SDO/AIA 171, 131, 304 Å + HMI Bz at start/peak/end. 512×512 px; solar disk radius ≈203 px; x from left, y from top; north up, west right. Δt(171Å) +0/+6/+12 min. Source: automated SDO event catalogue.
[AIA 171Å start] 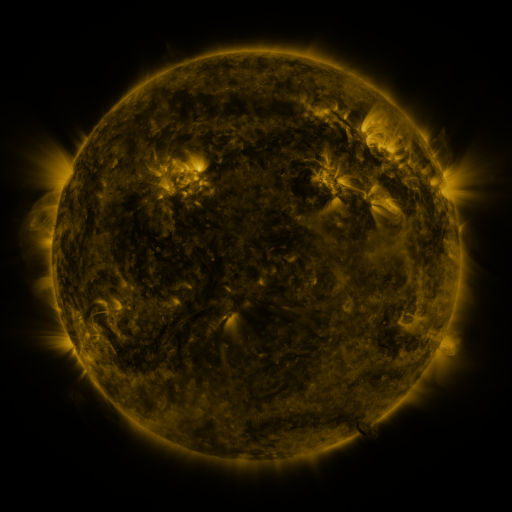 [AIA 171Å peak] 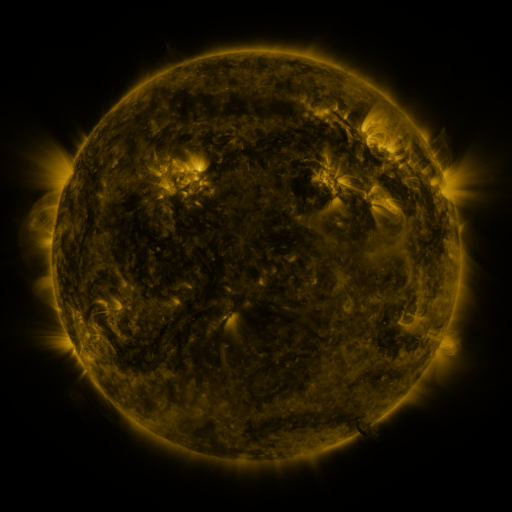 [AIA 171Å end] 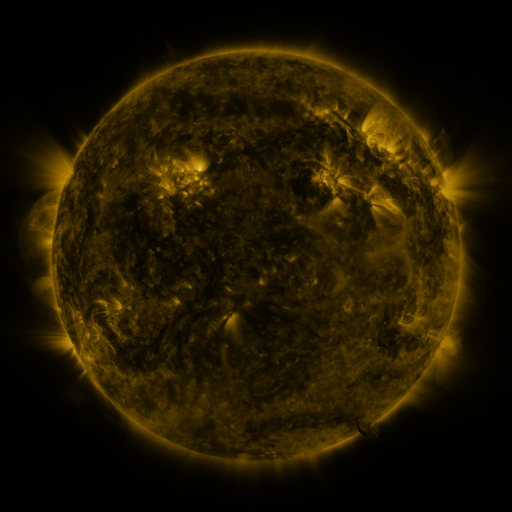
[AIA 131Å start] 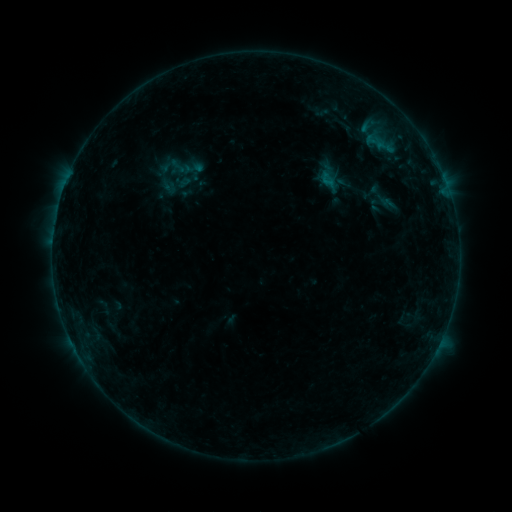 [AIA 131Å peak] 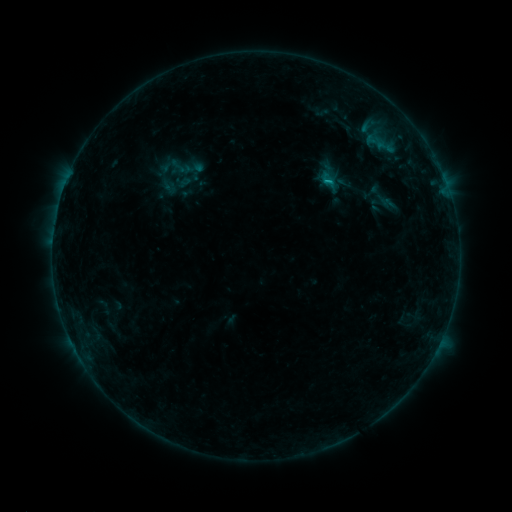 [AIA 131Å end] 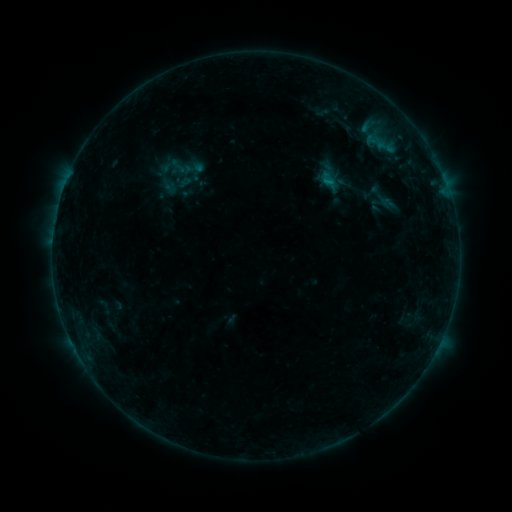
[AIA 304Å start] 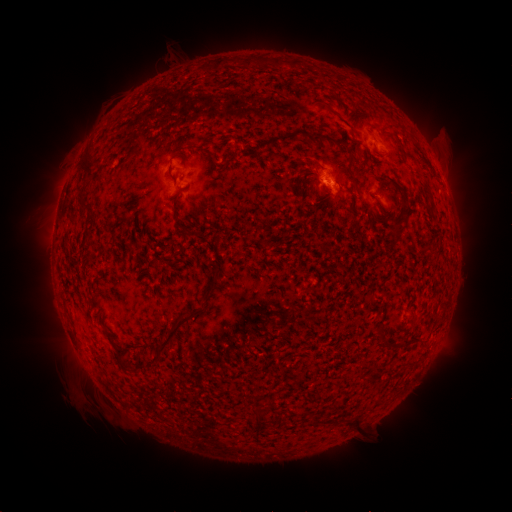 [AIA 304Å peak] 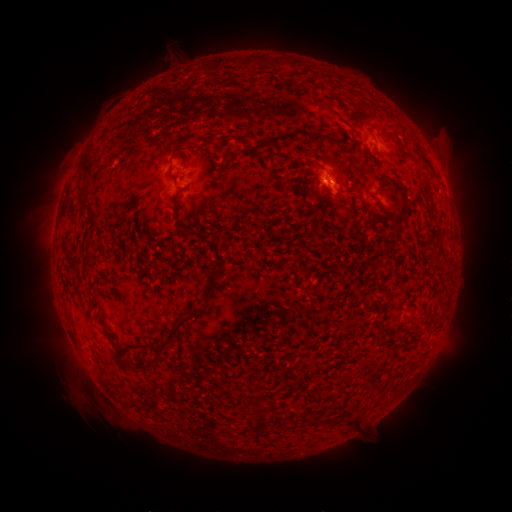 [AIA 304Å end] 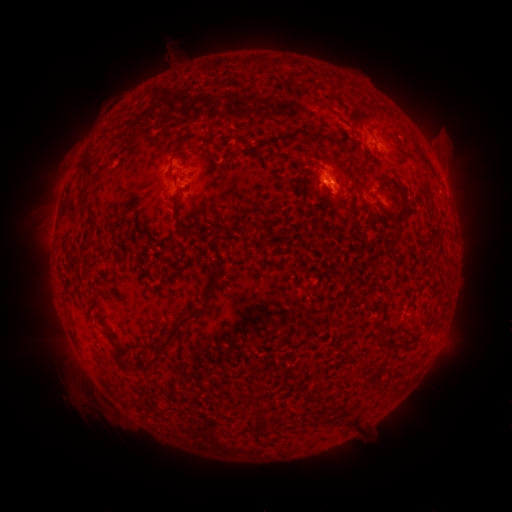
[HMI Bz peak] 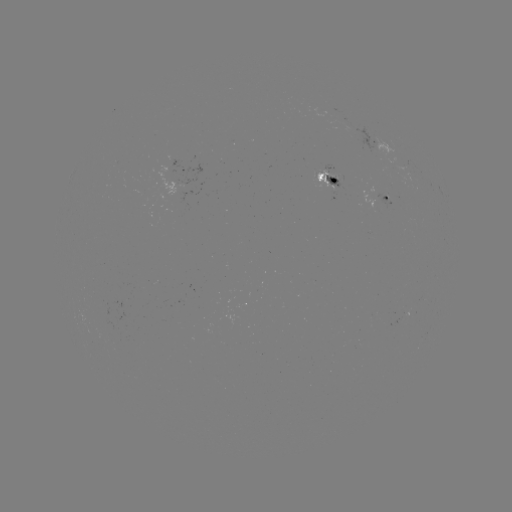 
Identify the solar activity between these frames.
B5.0 flare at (326, 184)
